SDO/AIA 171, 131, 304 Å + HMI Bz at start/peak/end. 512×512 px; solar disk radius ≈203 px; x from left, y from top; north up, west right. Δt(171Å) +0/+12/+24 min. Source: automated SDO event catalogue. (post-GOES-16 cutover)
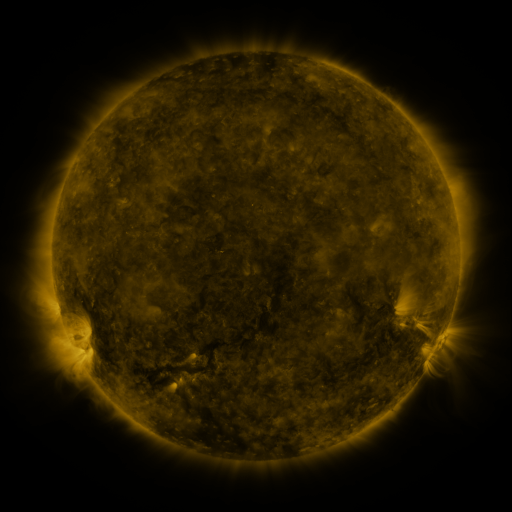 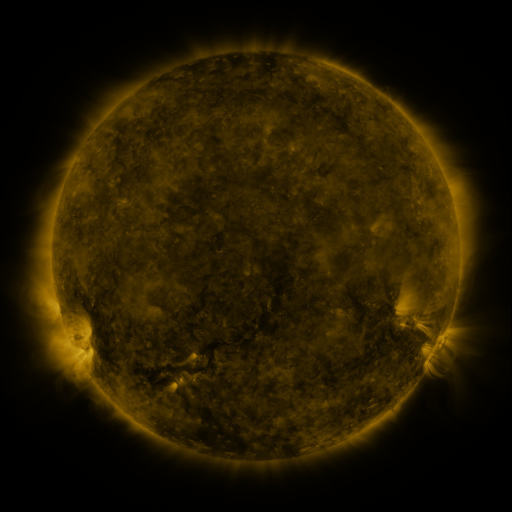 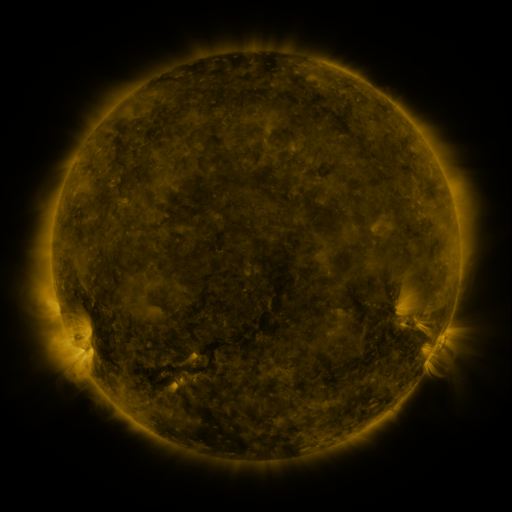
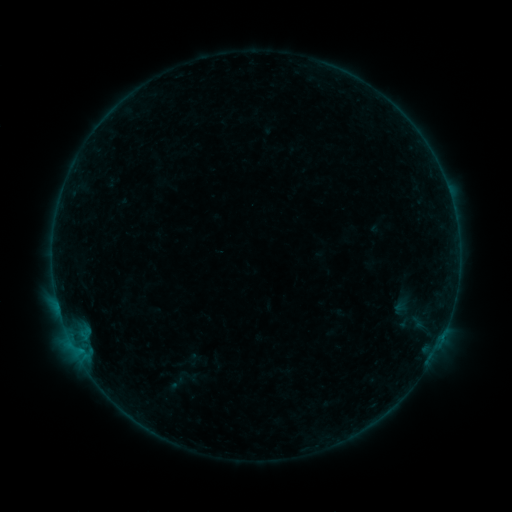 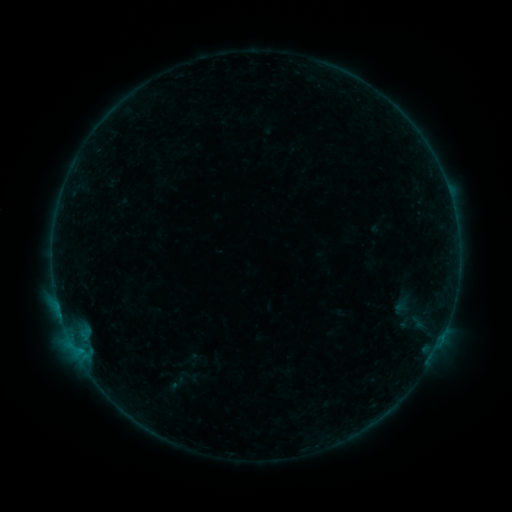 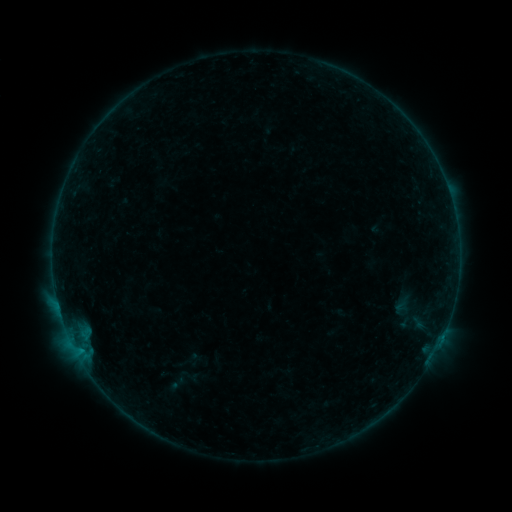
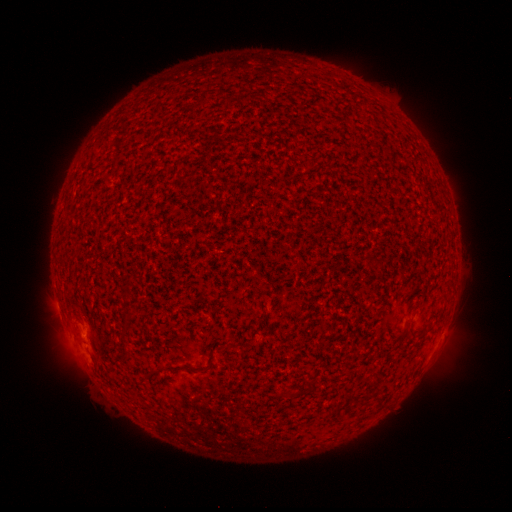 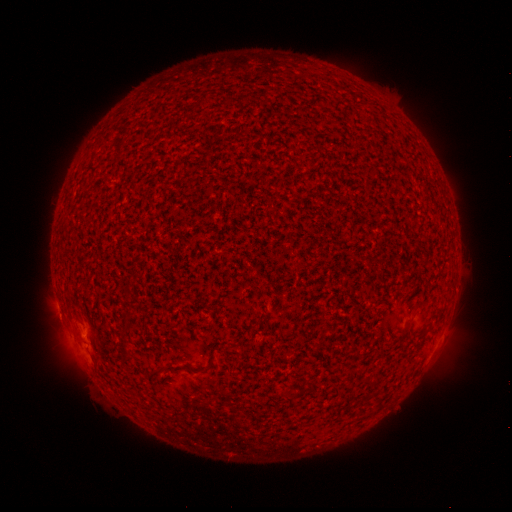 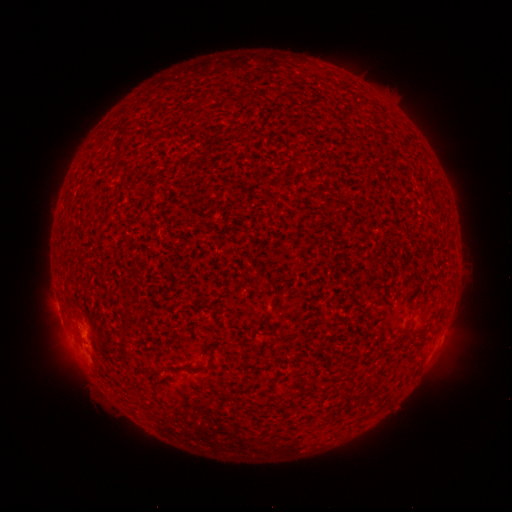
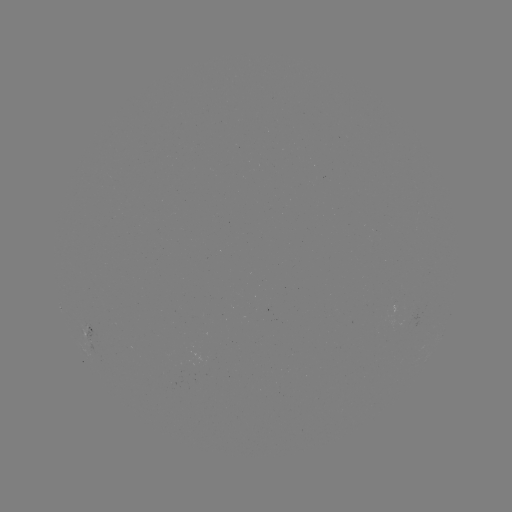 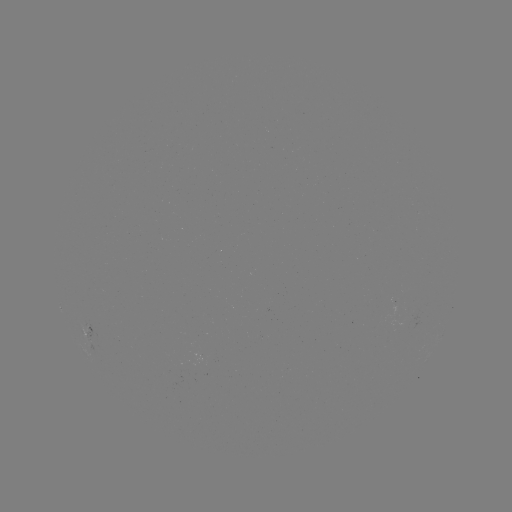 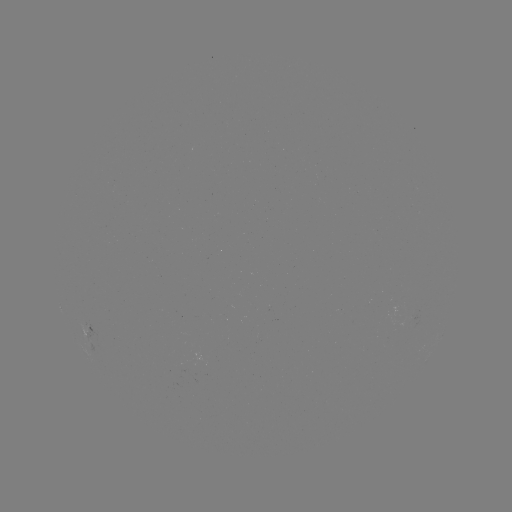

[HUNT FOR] B1.4 flare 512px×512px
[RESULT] (61, 315)